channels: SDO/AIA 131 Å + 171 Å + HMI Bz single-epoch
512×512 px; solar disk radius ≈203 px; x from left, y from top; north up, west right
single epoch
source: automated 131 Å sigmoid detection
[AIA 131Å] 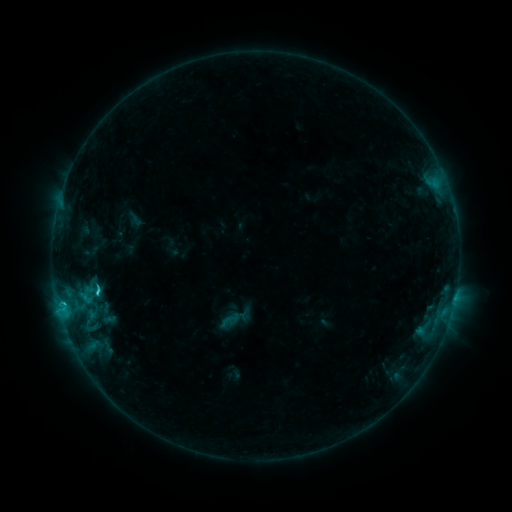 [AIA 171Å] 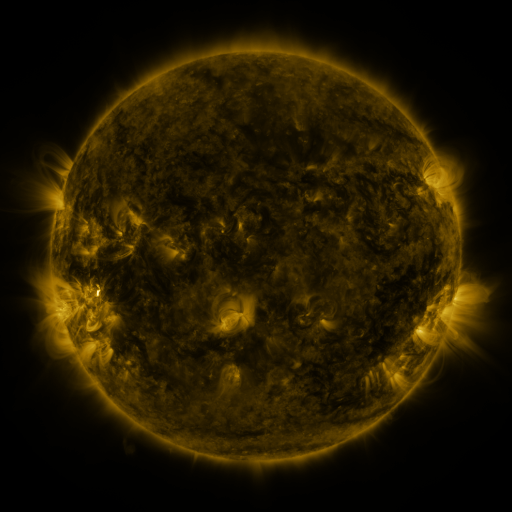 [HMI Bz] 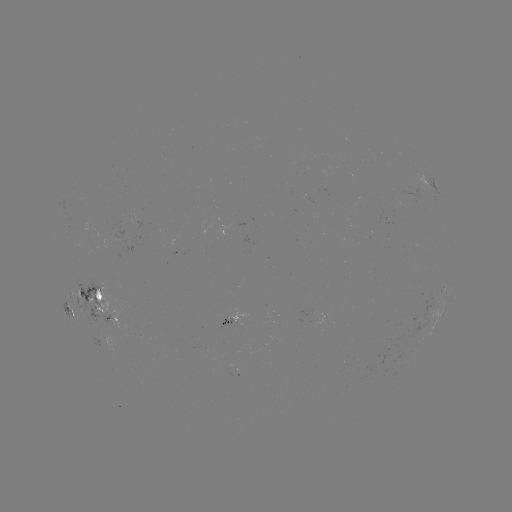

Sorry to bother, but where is sigmoid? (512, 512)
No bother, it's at [95, 286].